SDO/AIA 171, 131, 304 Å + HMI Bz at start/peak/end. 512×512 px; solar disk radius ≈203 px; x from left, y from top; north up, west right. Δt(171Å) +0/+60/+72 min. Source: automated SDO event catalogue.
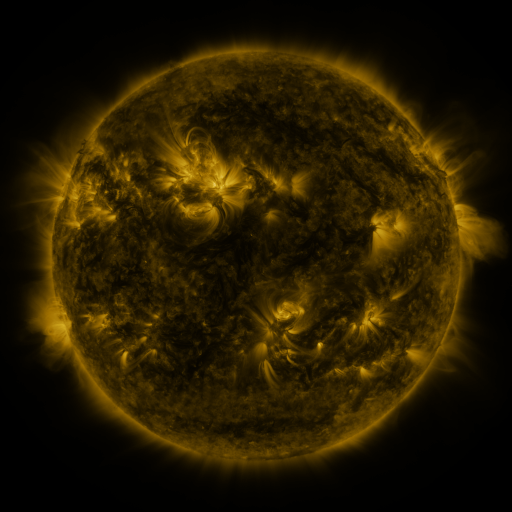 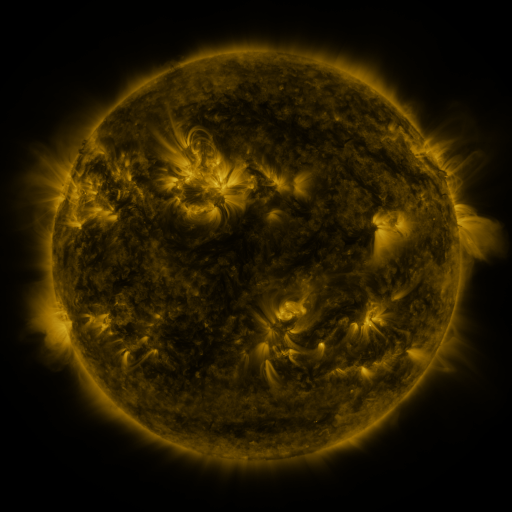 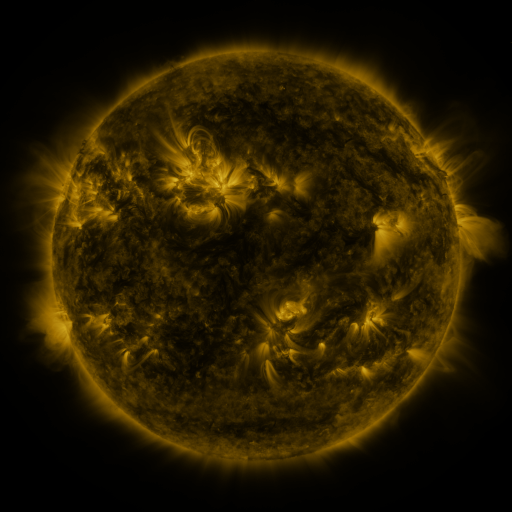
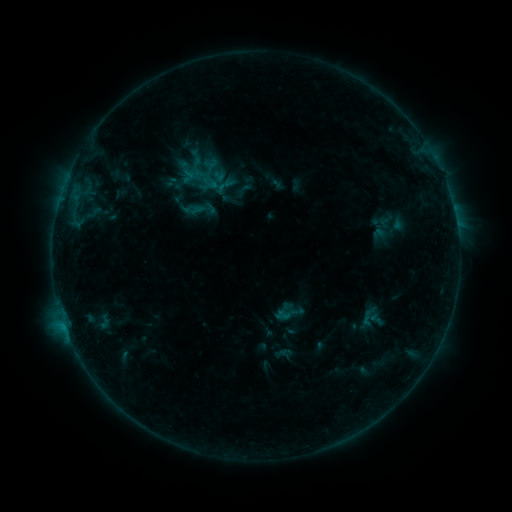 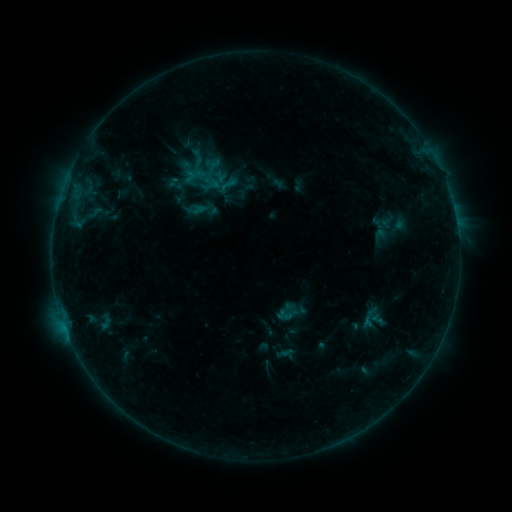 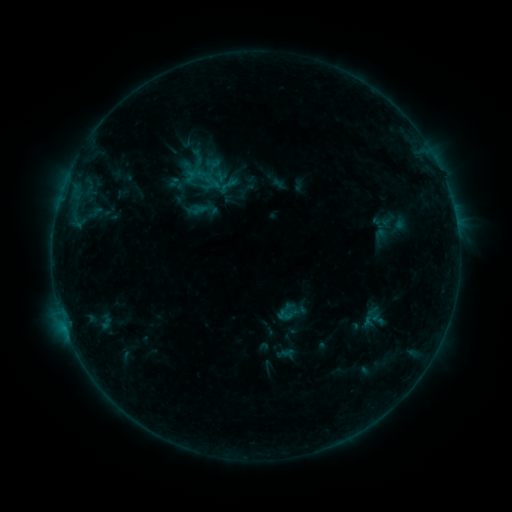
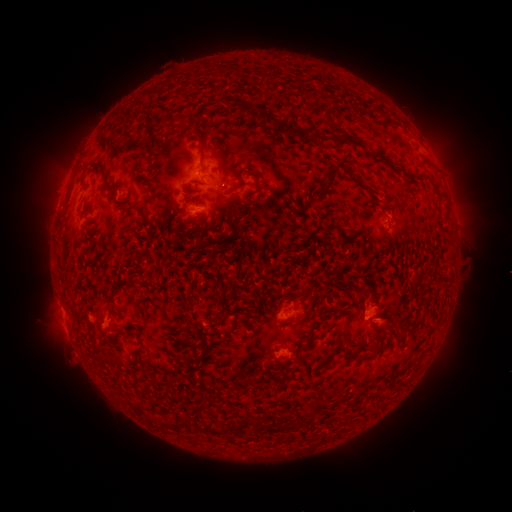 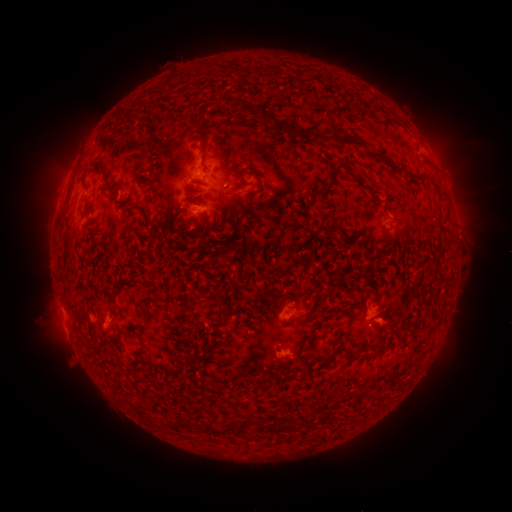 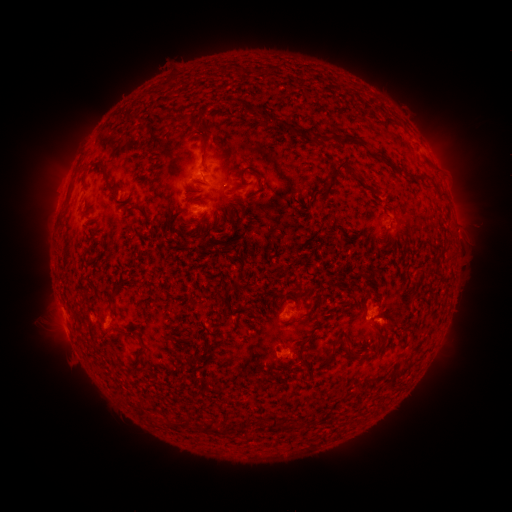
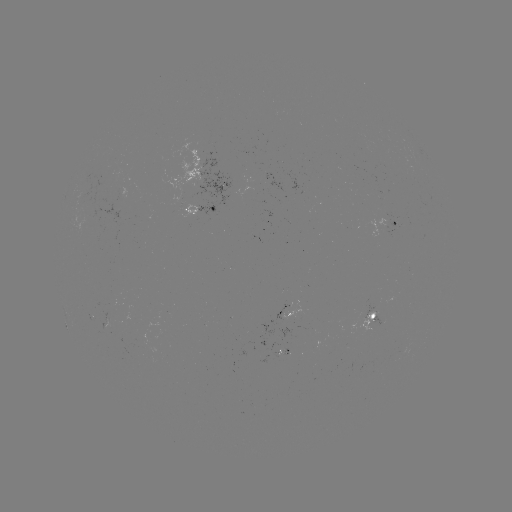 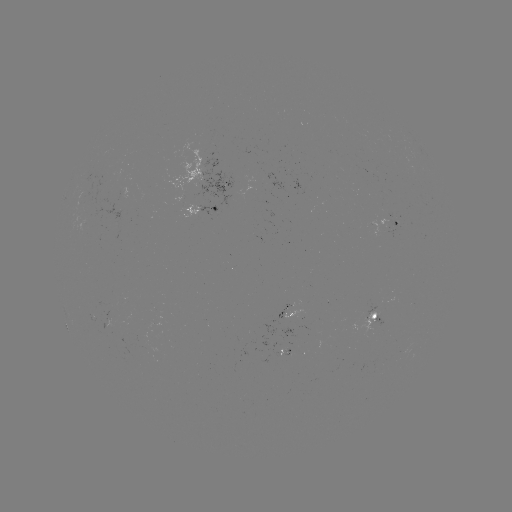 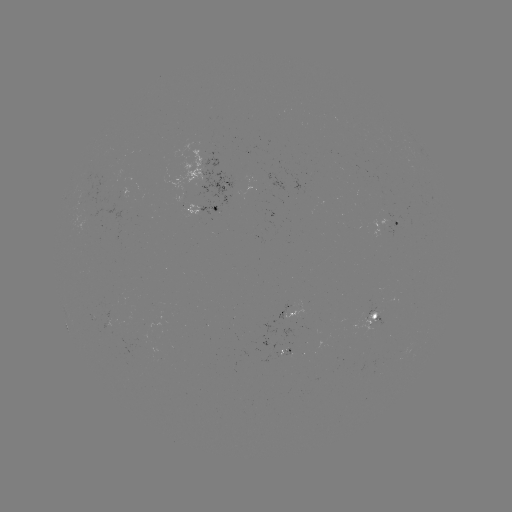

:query emerging-flux region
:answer [92, 221]